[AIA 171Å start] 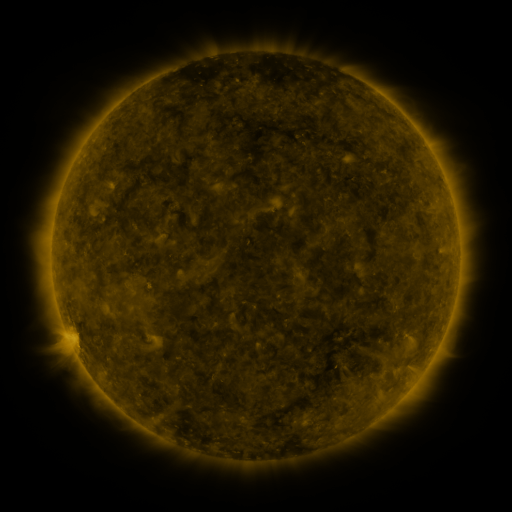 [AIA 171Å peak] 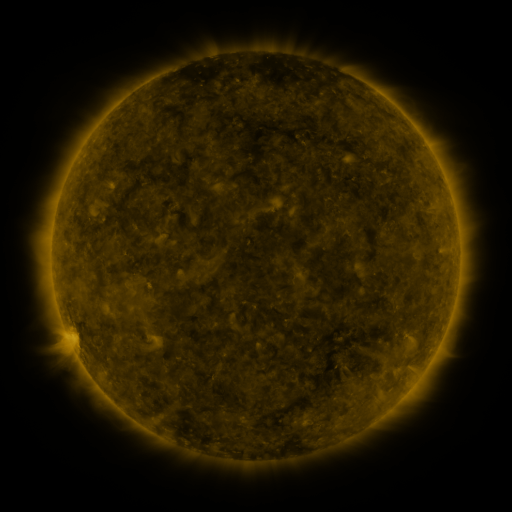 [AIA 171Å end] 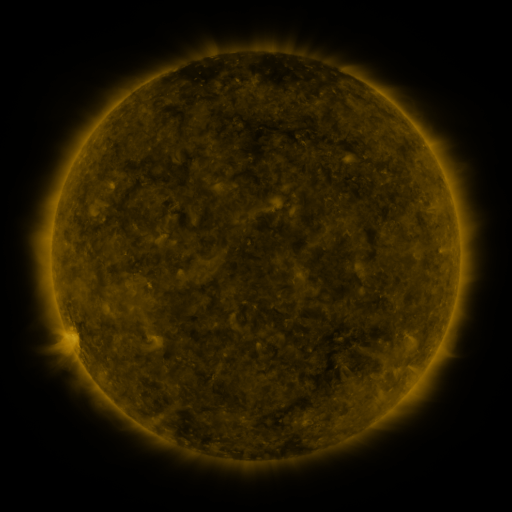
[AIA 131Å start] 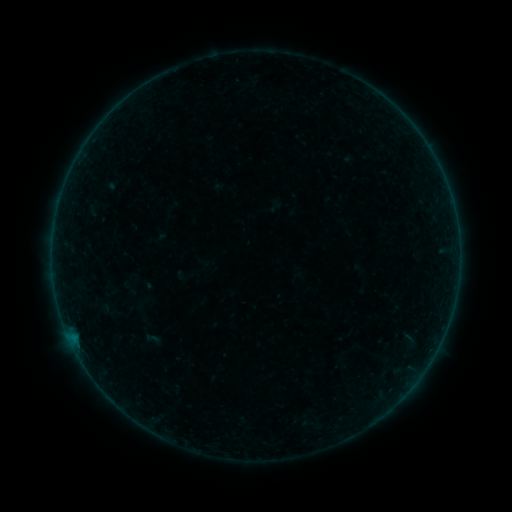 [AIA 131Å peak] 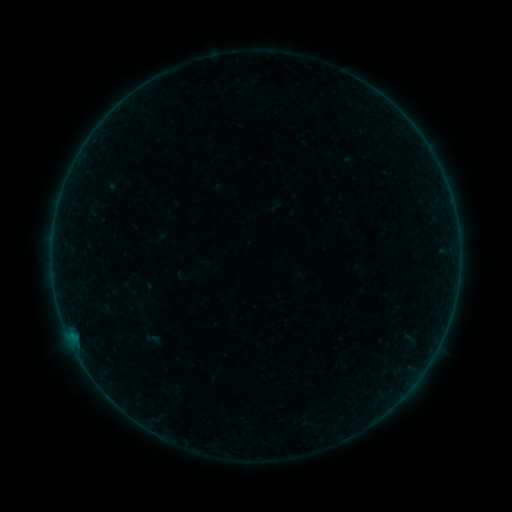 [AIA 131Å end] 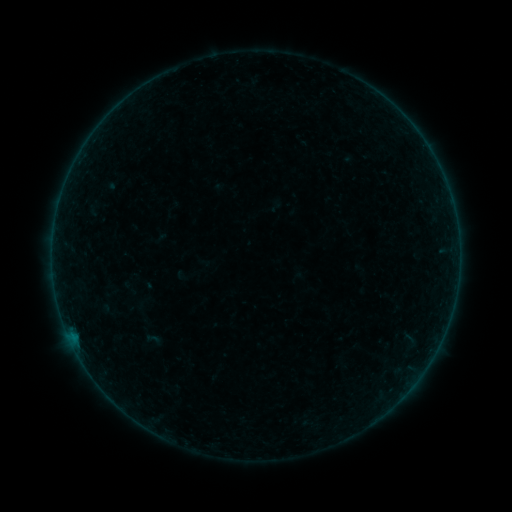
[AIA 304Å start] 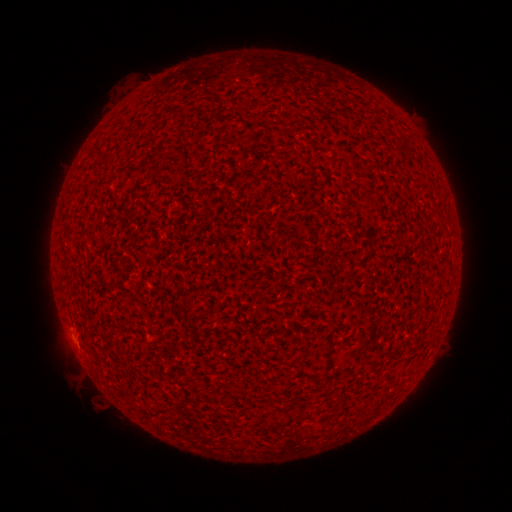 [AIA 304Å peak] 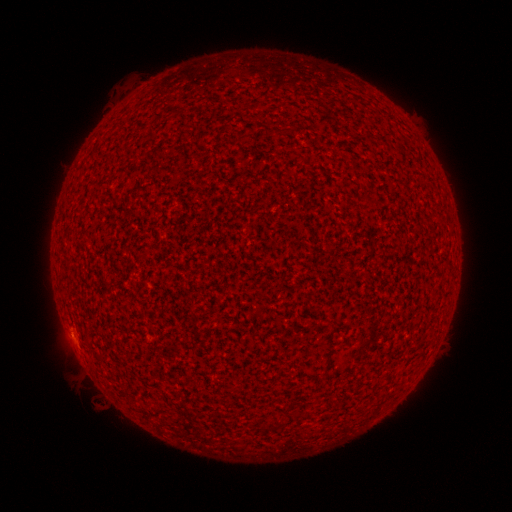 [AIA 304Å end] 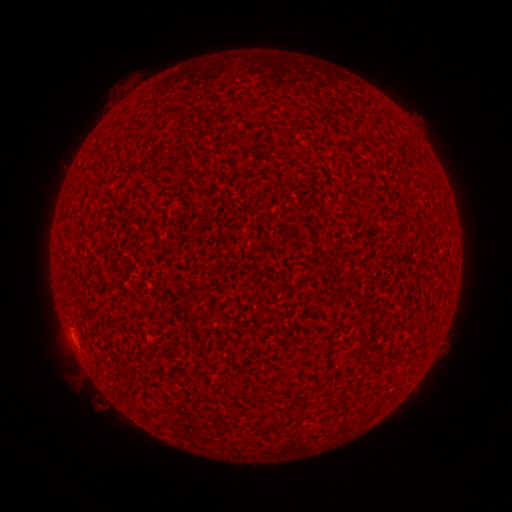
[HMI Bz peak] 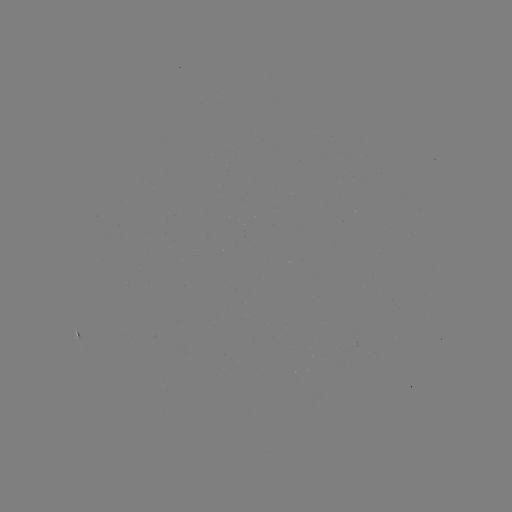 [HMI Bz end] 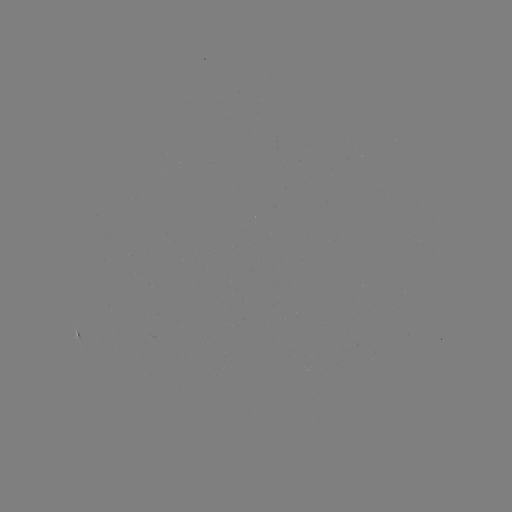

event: flare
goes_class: A5.1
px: (71, 332)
